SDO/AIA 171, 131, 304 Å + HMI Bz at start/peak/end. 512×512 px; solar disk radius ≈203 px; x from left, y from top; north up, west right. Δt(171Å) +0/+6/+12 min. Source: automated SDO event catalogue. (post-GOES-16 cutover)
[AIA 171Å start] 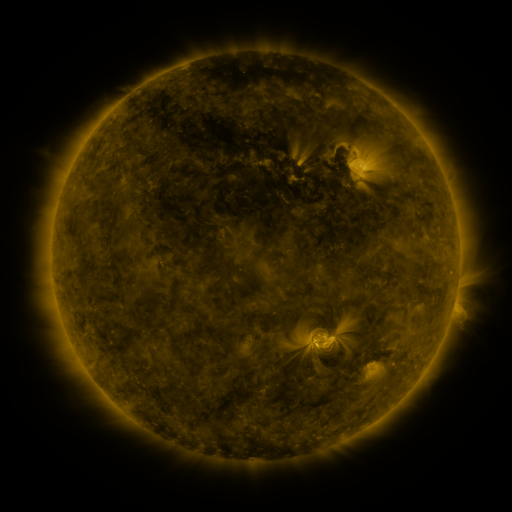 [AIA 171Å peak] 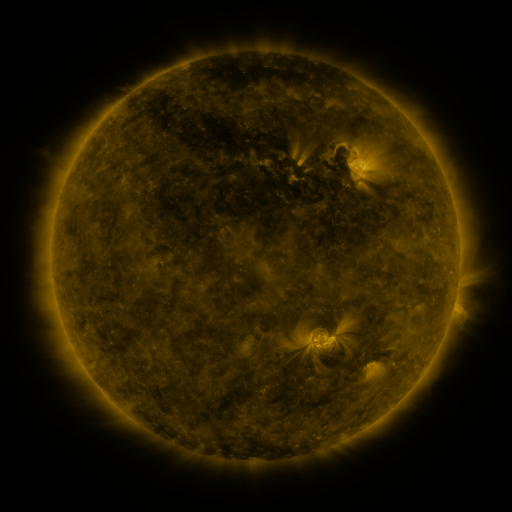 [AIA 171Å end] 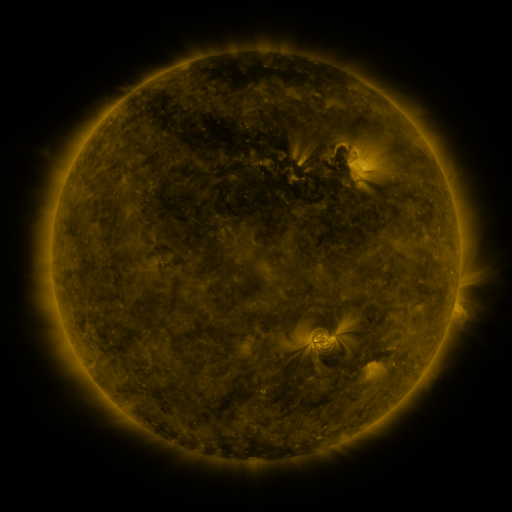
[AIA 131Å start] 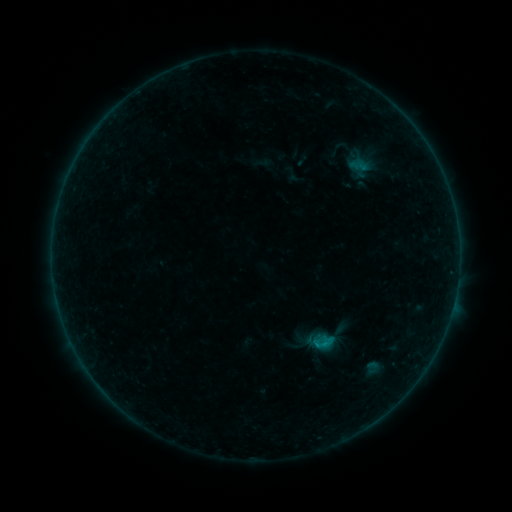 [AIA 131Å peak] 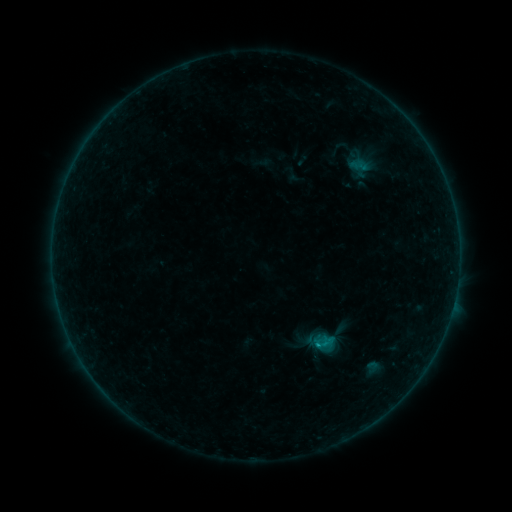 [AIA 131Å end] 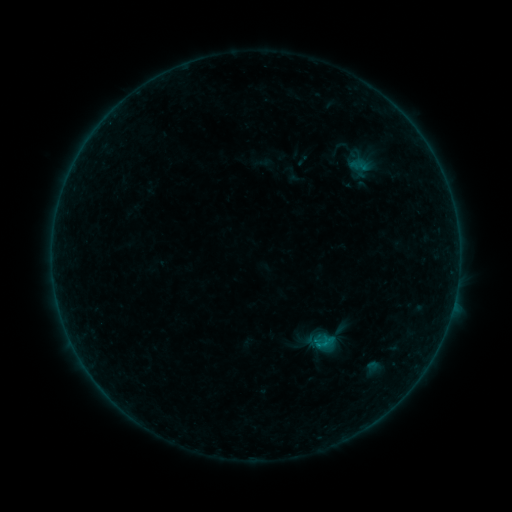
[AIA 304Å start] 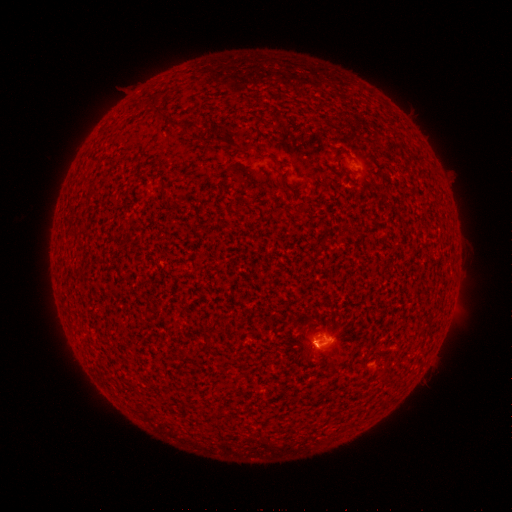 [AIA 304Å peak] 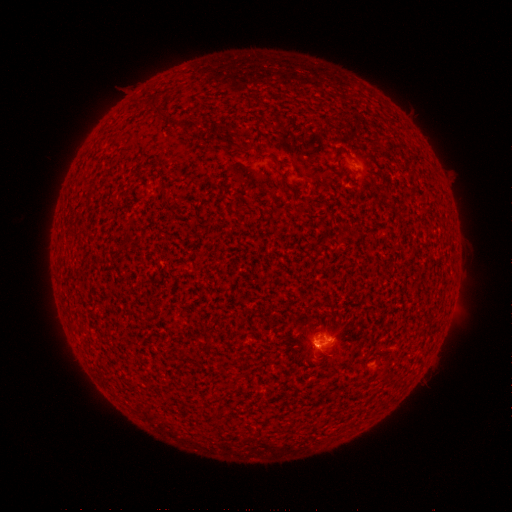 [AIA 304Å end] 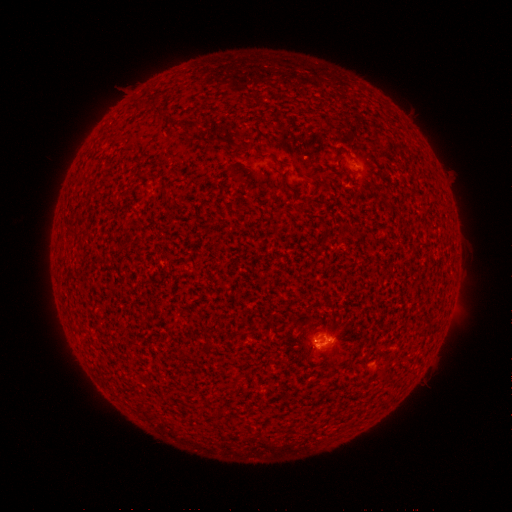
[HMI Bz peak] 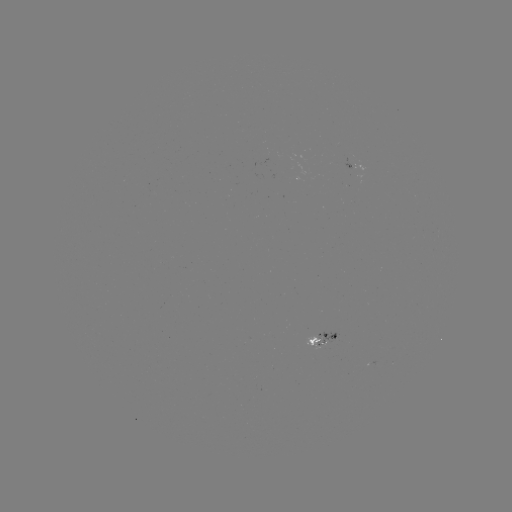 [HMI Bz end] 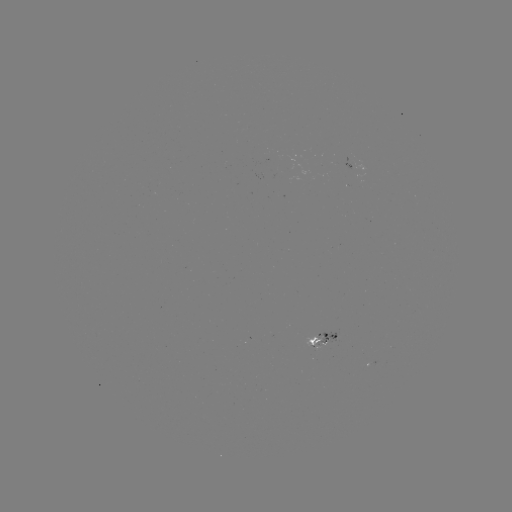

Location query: B6.2 flare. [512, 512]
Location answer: (317, 343).